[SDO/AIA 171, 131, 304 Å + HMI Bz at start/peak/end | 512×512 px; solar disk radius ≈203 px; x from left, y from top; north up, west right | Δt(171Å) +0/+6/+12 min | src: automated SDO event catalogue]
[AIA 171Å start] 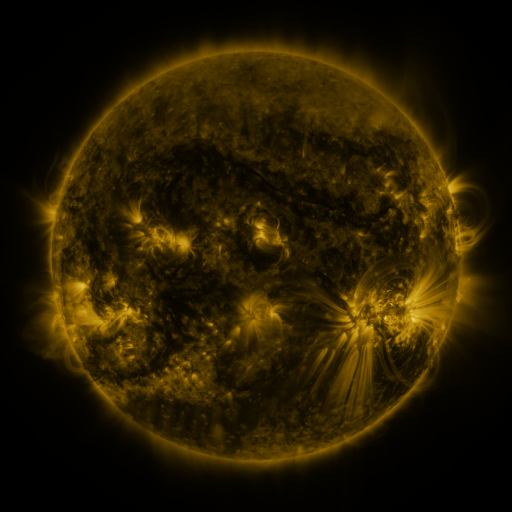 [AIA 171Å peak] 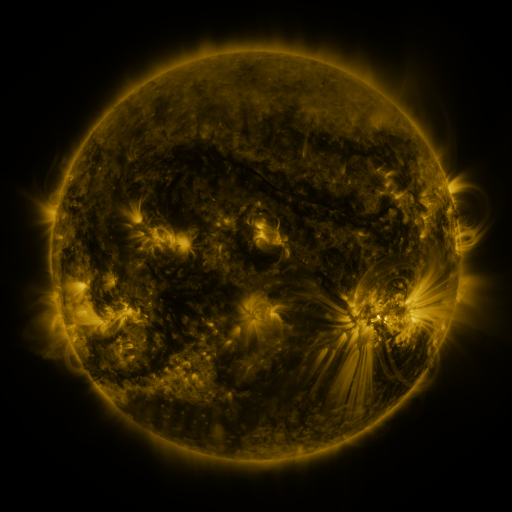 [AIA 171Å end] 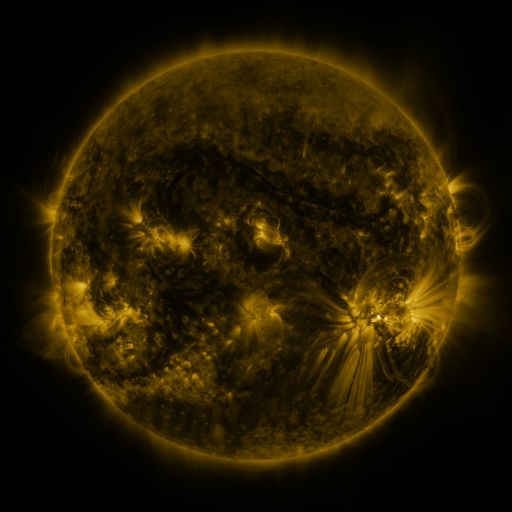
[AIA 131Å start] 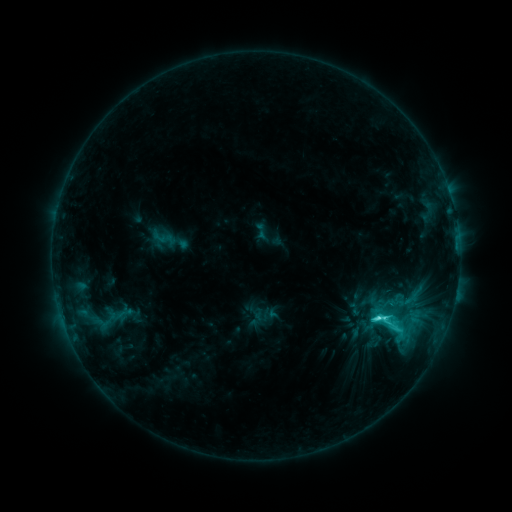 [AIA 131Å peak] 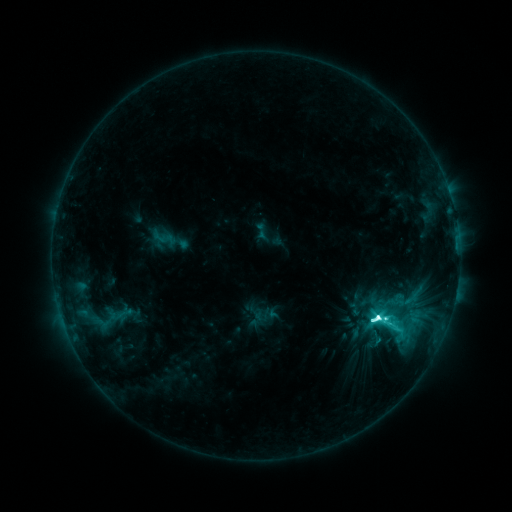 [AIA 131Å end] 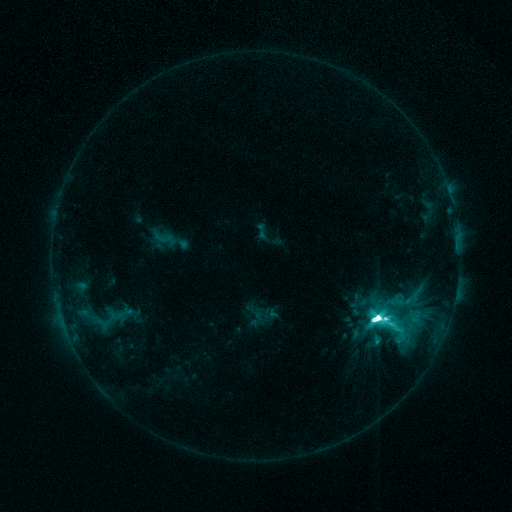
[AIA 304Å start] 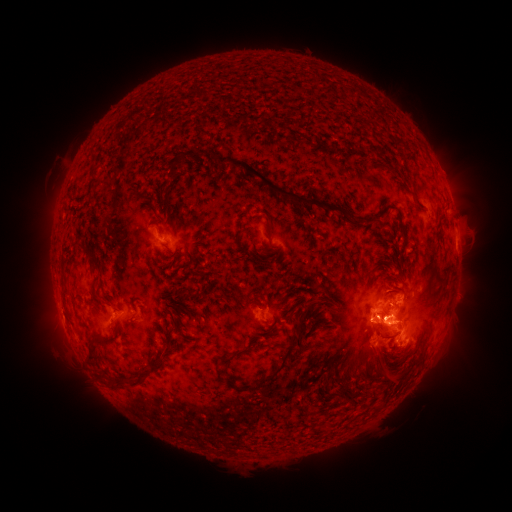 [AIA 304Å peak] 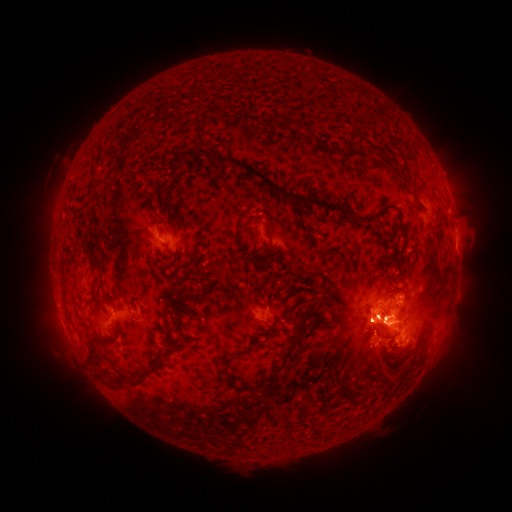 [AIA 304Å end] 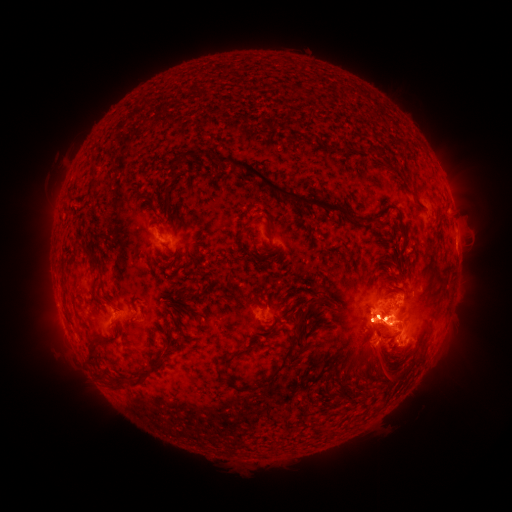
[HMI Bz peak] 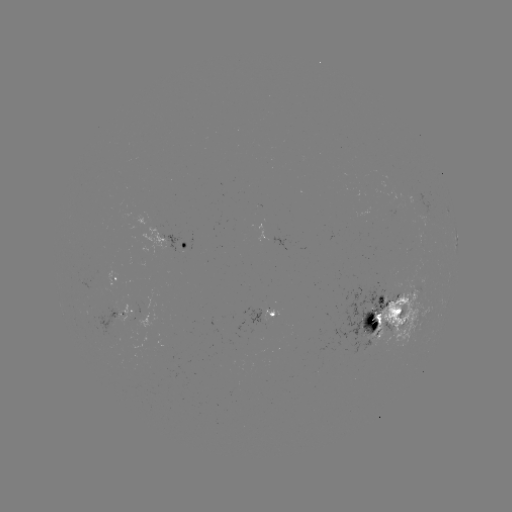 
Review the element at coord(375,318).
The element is M4.2 flare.